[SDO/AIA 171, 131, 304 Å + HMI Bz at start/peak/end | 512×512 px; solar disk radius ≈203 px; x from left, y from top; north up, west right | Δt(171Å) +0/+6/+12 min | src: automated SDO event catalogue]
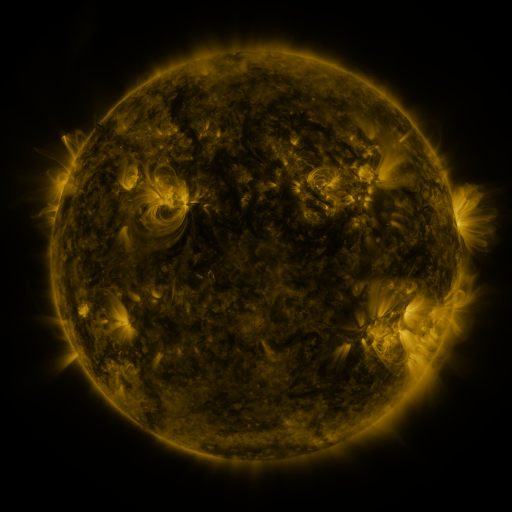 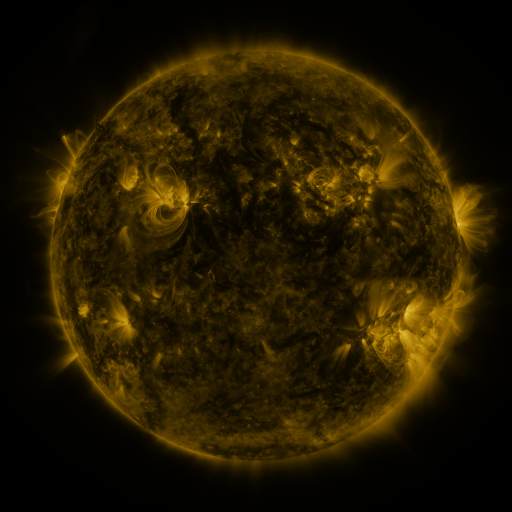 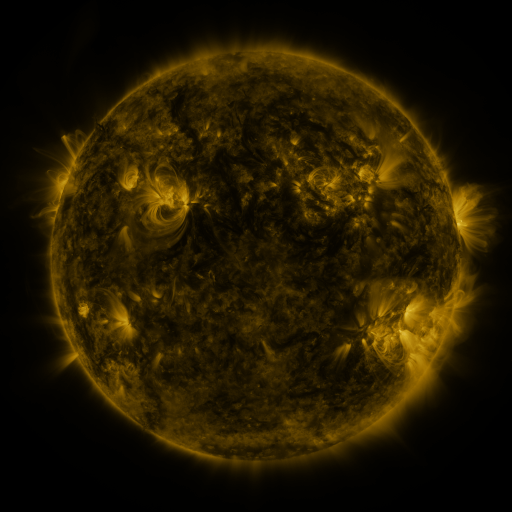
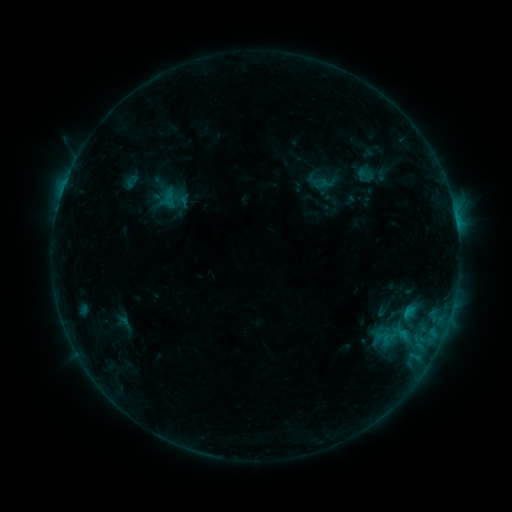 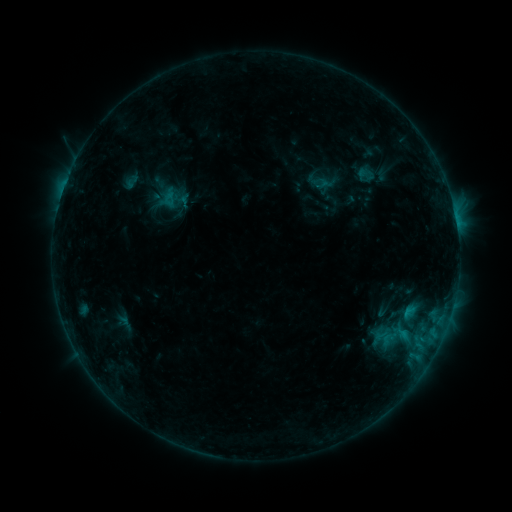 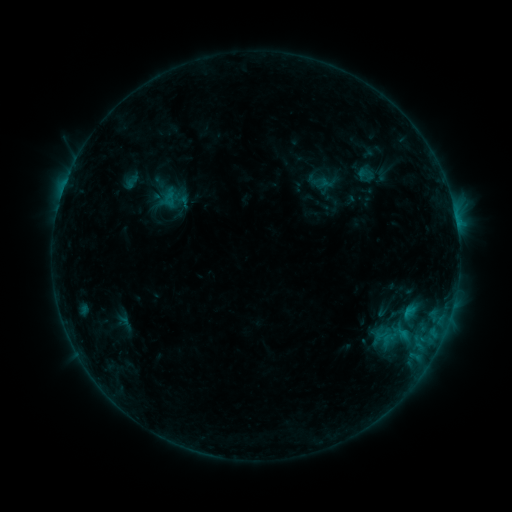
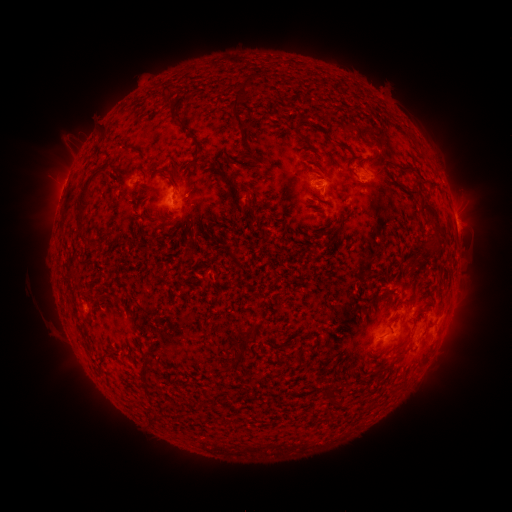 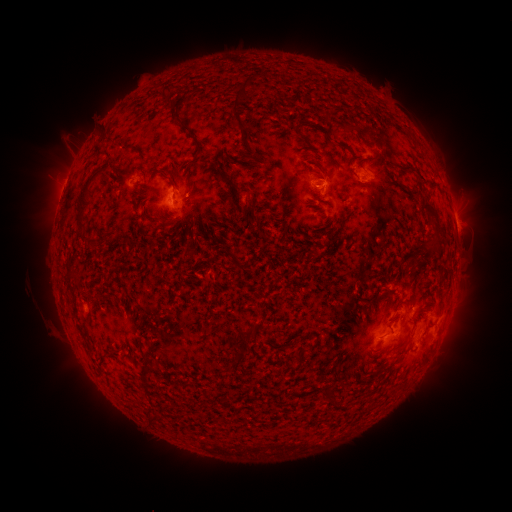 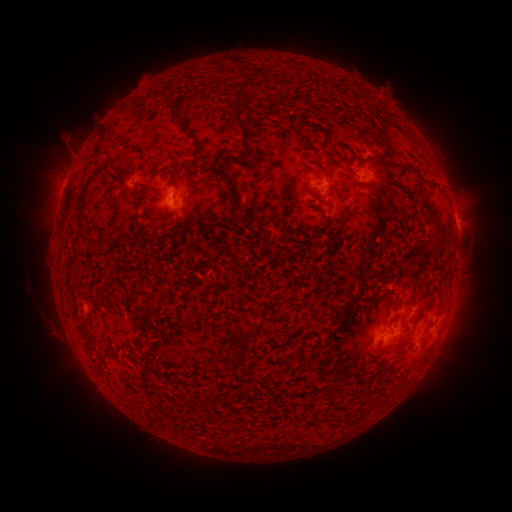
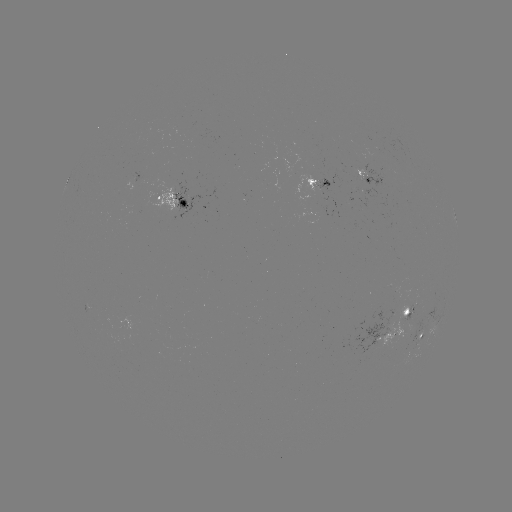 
nothing was catalogued: no classed flare, no EUV trigger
